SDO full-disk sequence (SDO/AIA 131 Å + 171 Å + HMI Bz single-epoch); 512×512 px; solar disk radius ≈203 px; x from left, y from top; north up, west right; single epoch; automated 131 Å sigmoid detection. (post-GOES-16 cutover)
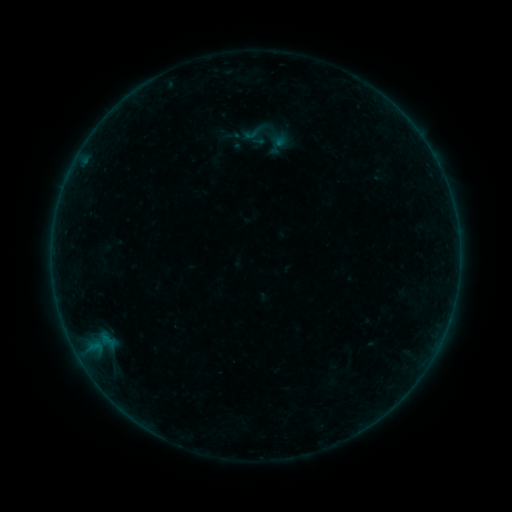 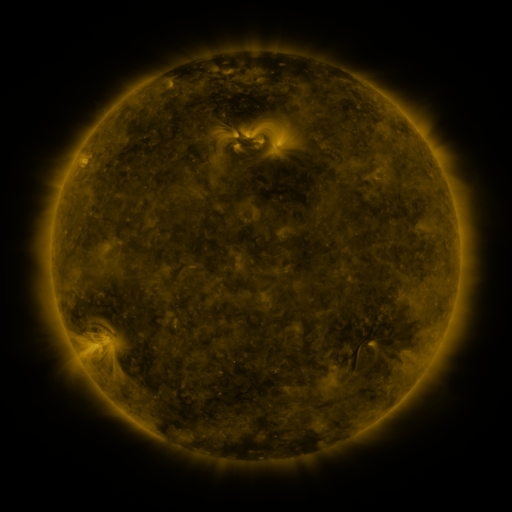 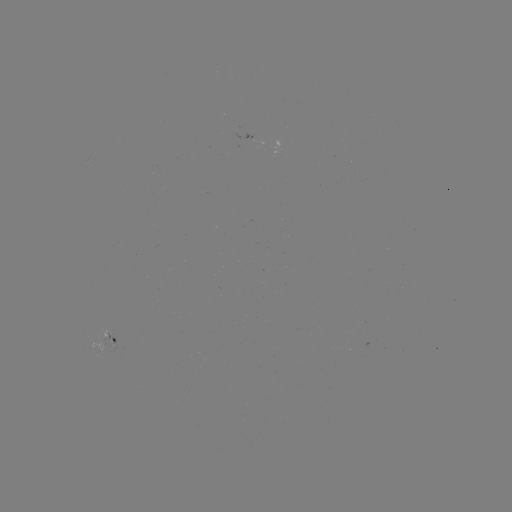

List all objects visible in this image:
sigmoid: (241, 122, 264, 144)
